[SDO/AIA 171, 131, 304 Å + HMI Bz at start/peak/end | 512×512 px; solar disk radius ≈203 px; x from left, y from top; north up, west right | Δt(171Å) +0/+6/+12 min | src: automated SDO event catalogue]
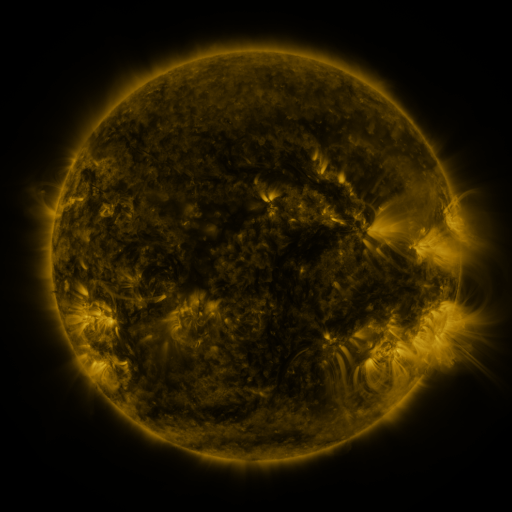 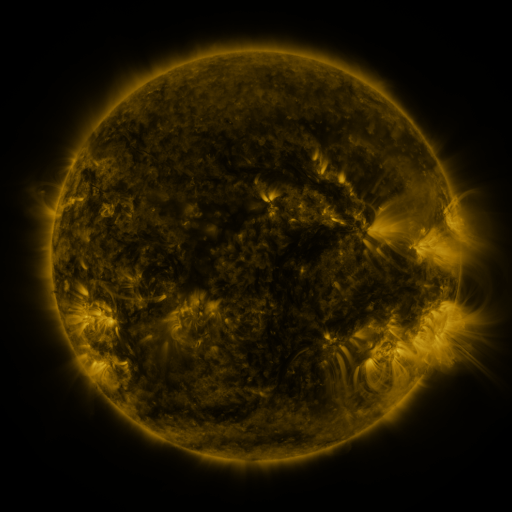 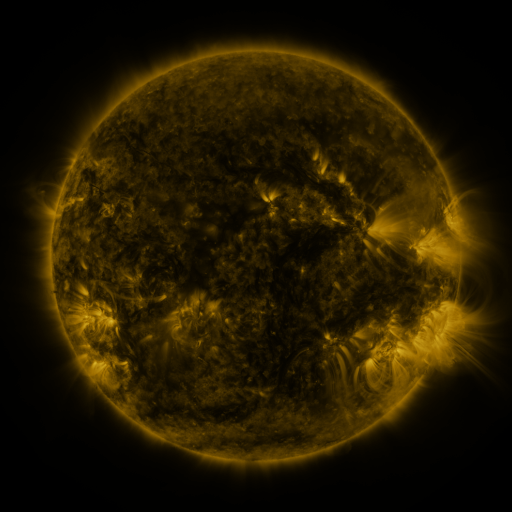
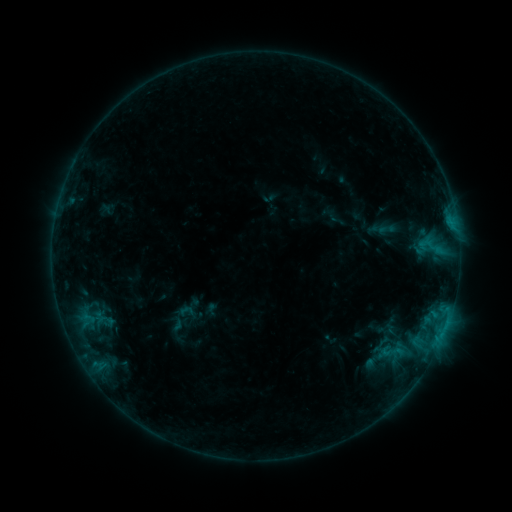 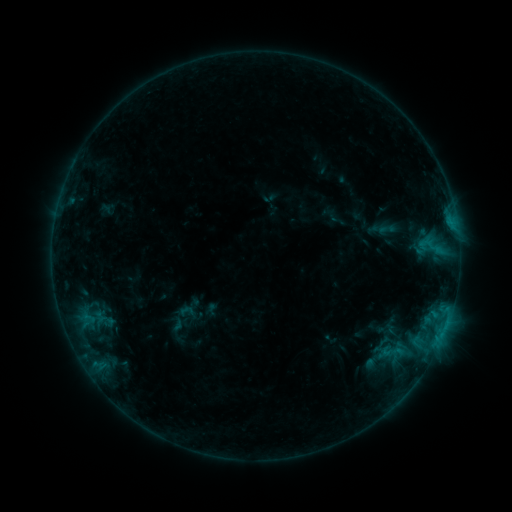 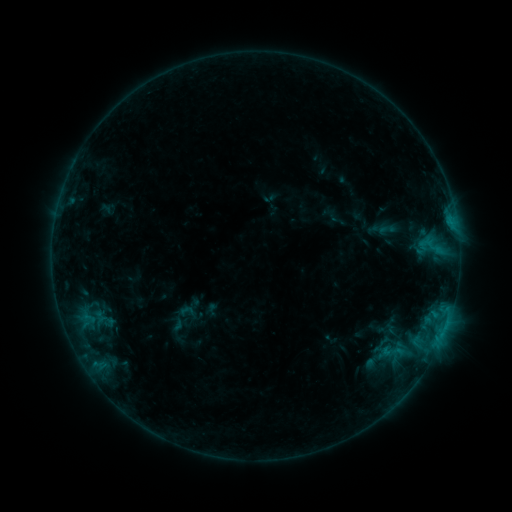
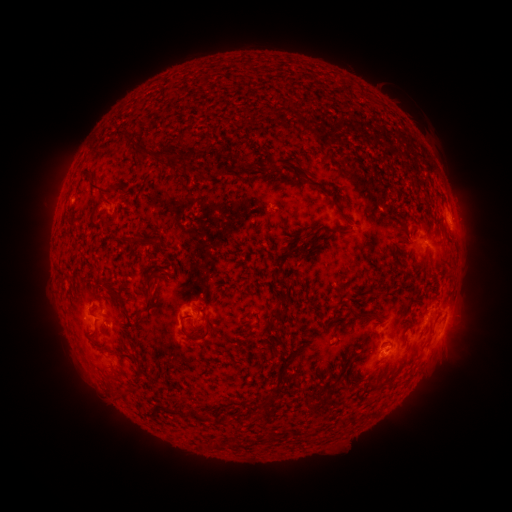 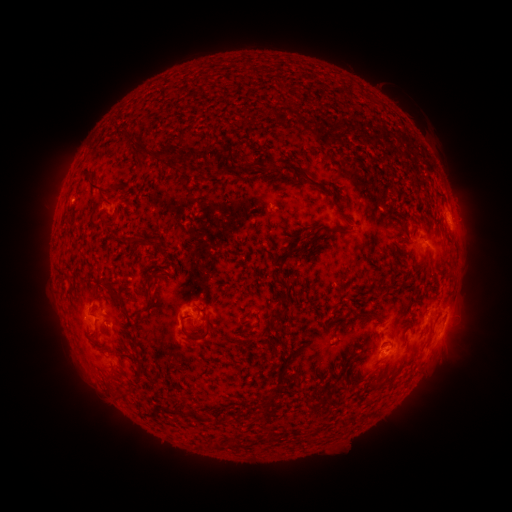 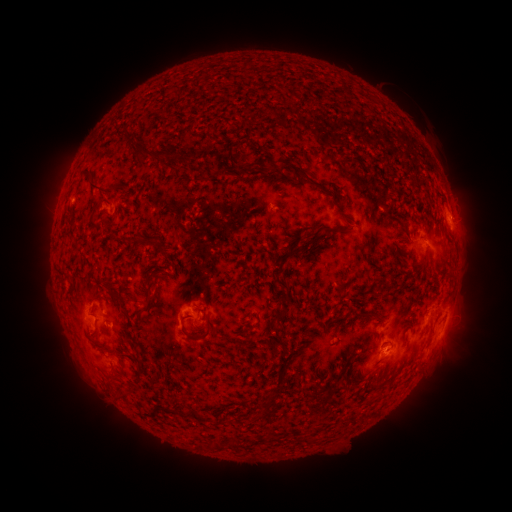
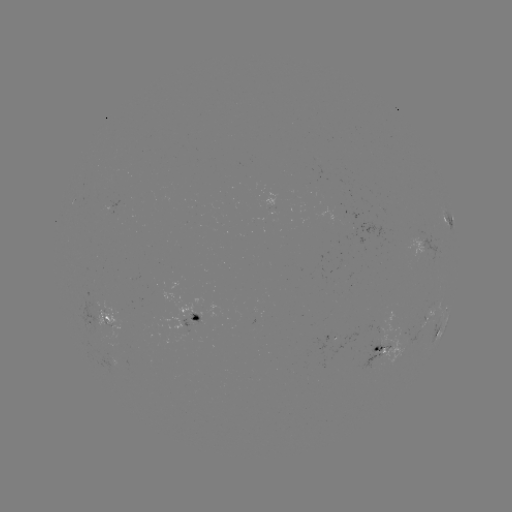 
no catalogued flare and no flagged EUV brightening in this window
